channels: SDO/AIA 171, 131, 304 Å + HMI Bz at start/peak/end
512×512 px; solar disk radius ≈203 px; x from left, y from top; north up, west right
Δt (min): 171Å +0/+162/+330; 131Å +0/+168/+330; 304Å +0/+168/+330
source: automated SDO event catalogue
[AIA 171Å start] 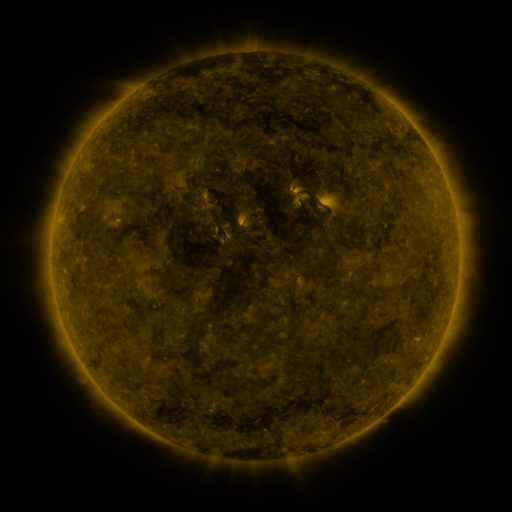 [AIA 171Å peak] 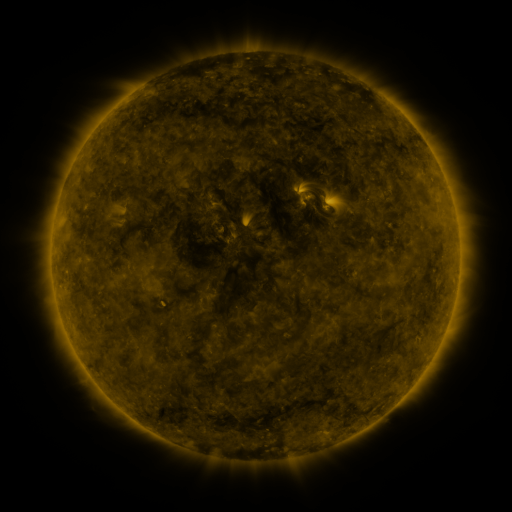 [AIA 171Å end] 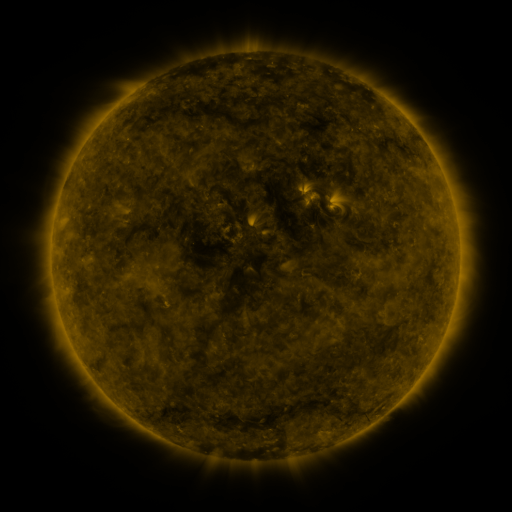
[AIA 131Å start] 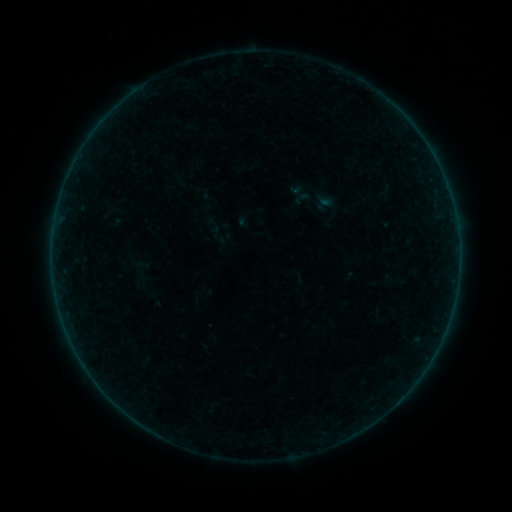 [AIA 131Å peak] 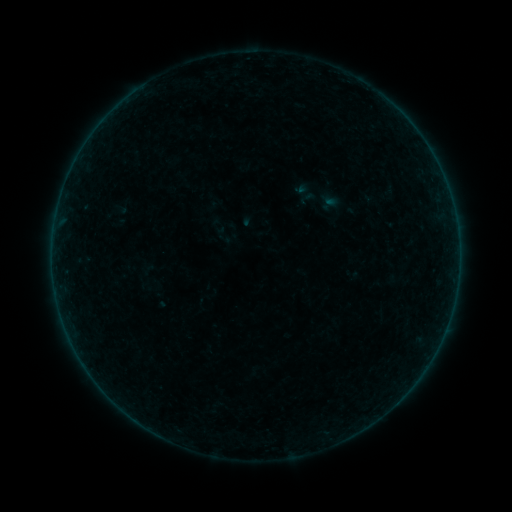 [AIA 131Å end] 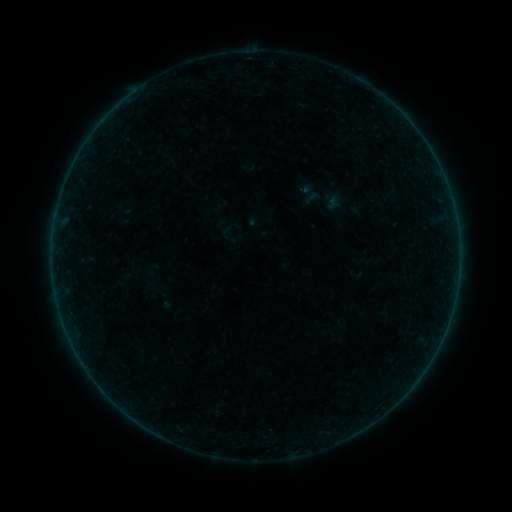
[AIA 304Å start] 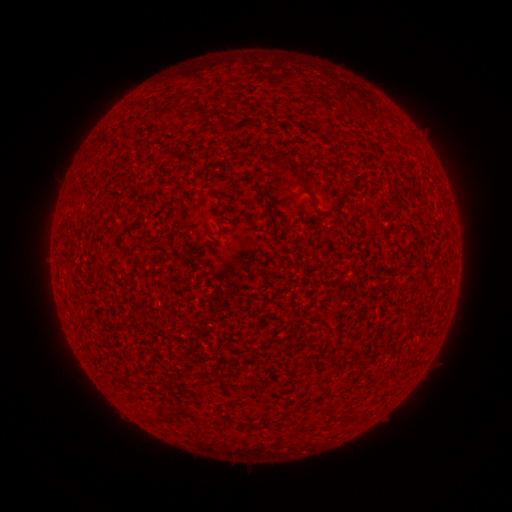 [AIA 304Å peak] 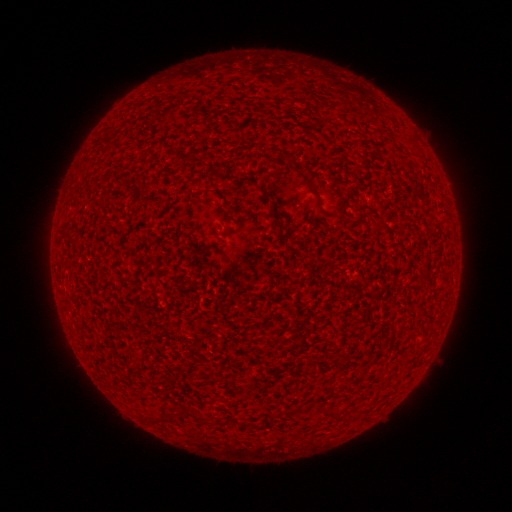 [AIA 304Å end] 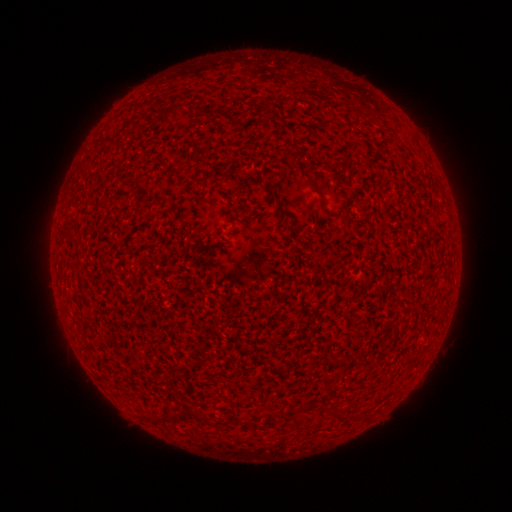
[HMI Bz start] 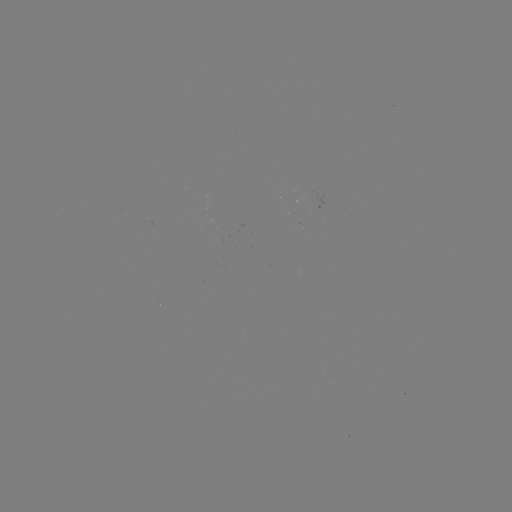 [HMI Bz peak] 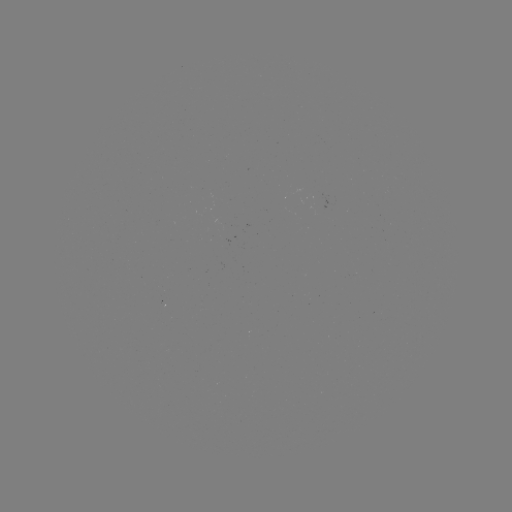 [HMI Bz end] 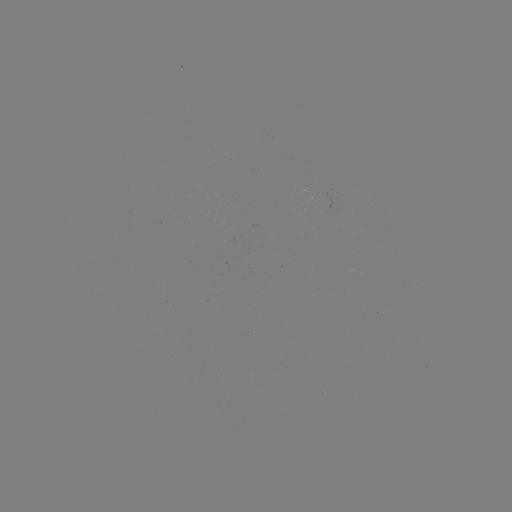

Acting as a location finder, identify filament eruption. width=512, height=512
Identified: [274, 114].